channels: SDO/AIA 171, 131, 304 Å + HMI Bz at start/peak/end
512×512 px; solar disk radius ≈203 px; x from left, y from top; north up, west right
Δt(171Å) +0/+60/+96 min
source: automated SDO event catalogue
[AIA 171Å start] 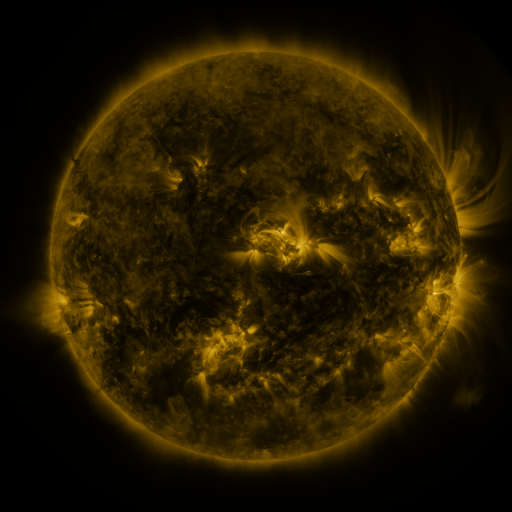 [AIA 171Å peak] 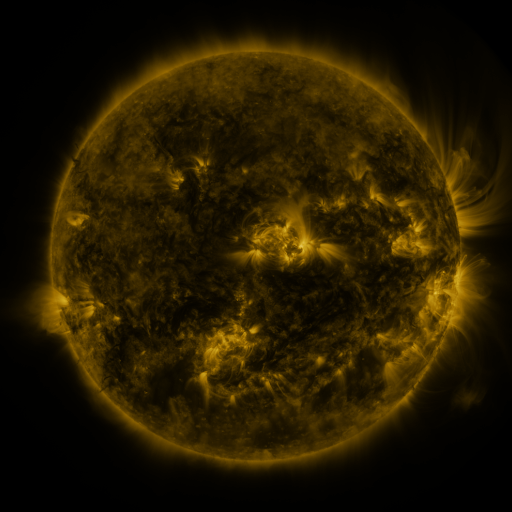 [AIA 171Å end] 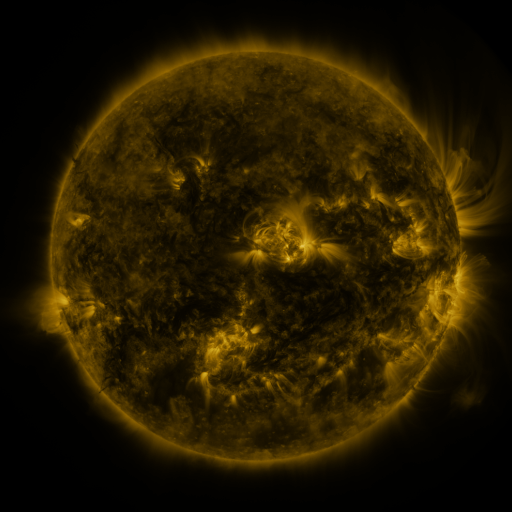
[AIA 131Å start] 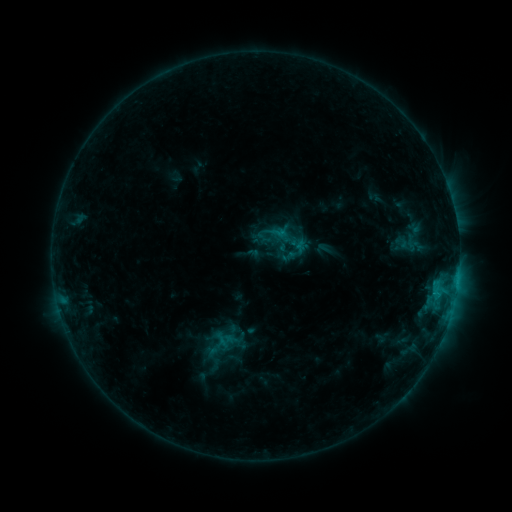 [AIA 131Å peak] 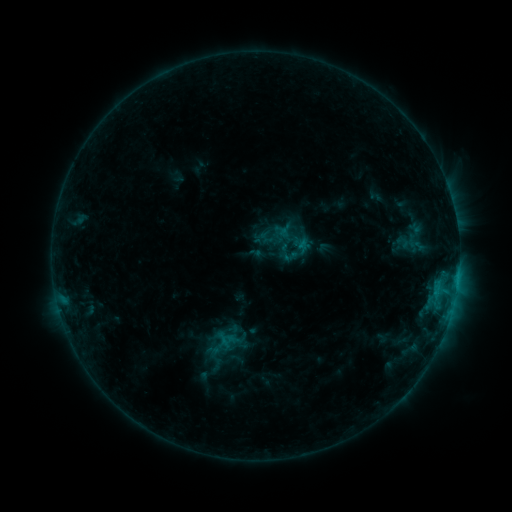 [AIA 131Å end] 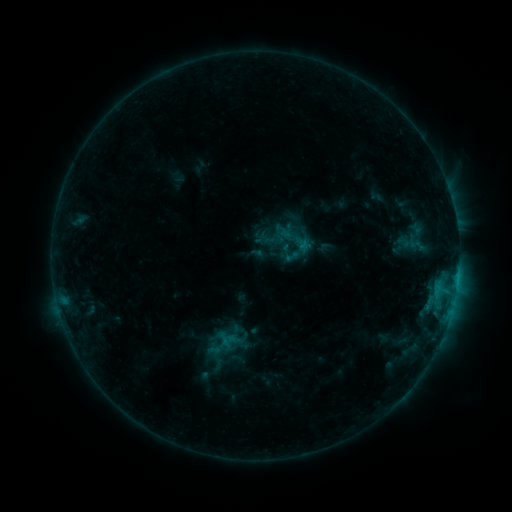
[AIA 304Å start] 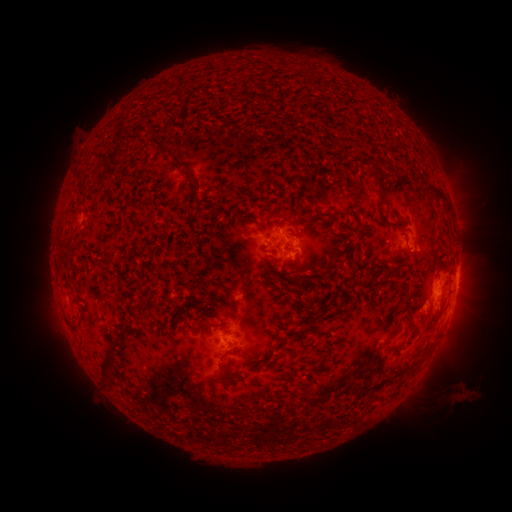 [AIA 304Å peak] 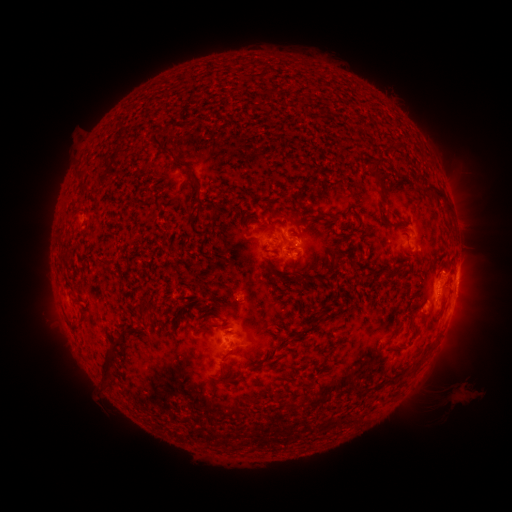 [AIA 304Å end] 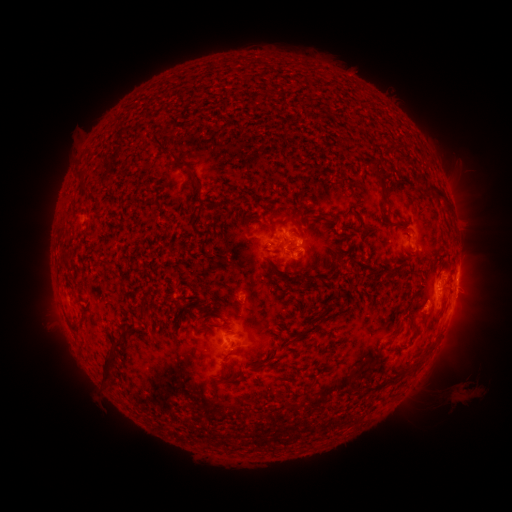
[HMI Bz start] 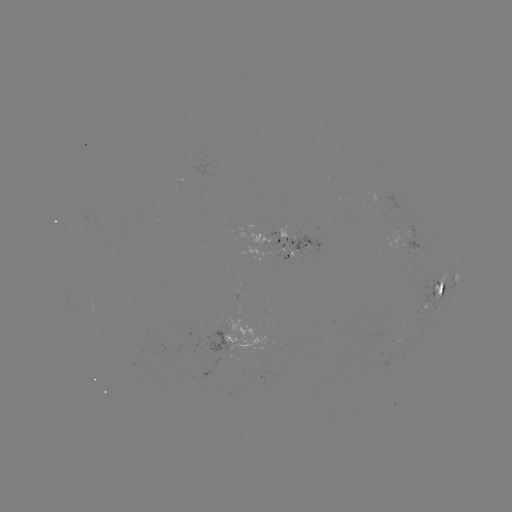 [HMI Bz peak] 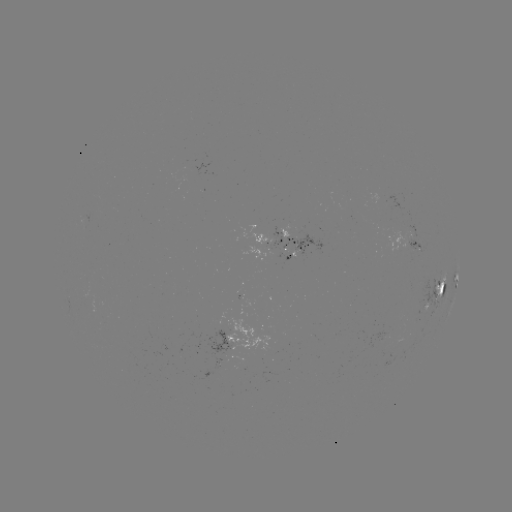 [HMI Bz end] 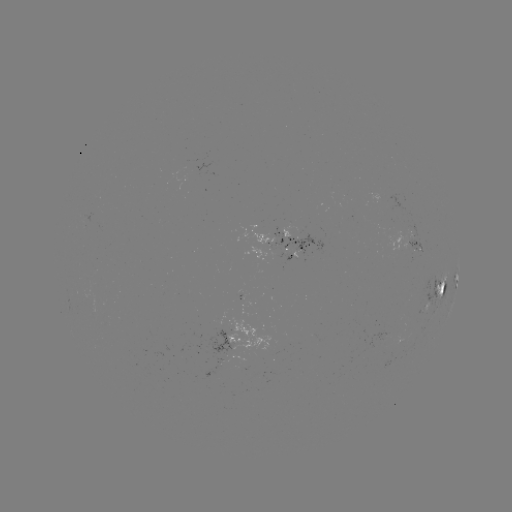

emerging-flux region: [401, 234, 423, 251]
